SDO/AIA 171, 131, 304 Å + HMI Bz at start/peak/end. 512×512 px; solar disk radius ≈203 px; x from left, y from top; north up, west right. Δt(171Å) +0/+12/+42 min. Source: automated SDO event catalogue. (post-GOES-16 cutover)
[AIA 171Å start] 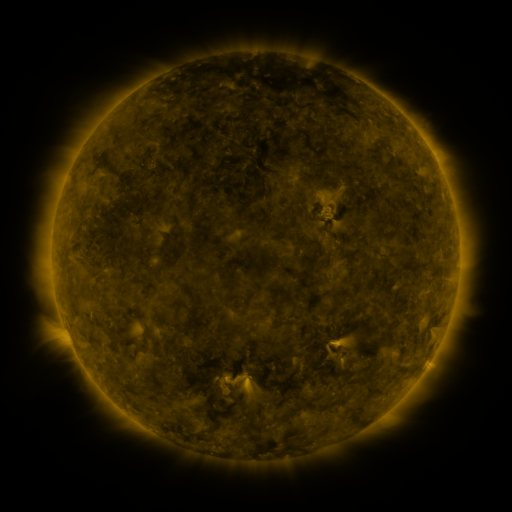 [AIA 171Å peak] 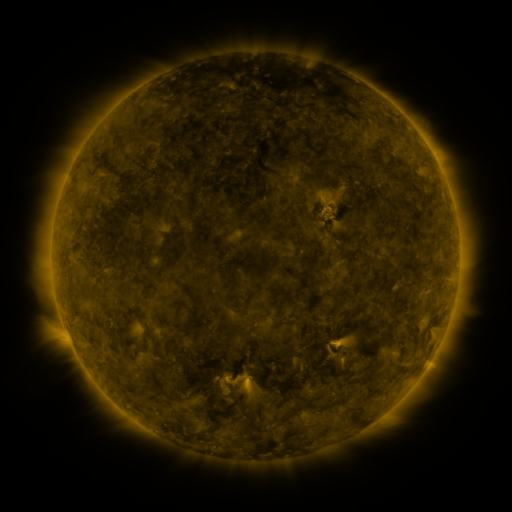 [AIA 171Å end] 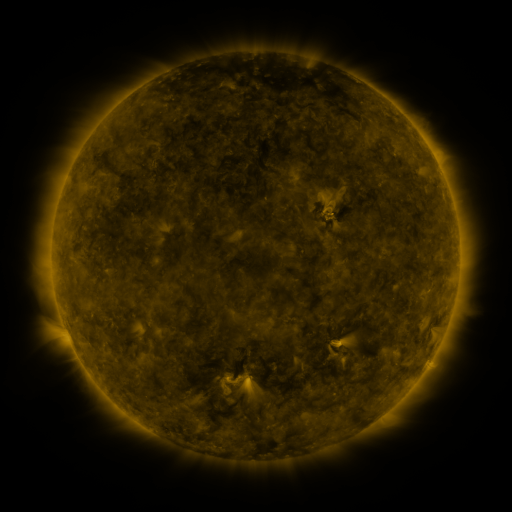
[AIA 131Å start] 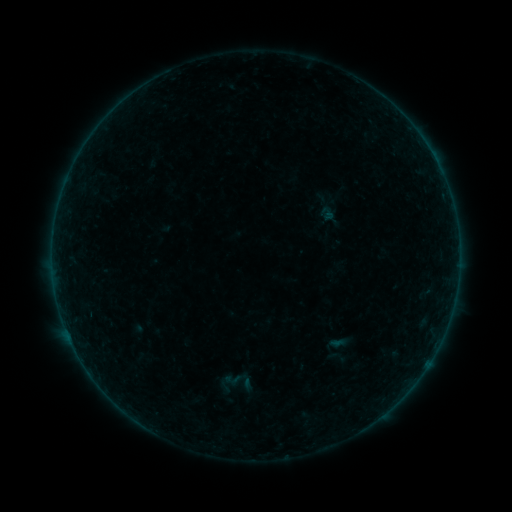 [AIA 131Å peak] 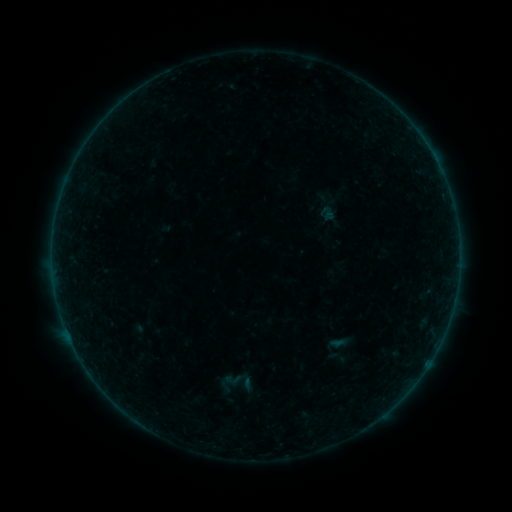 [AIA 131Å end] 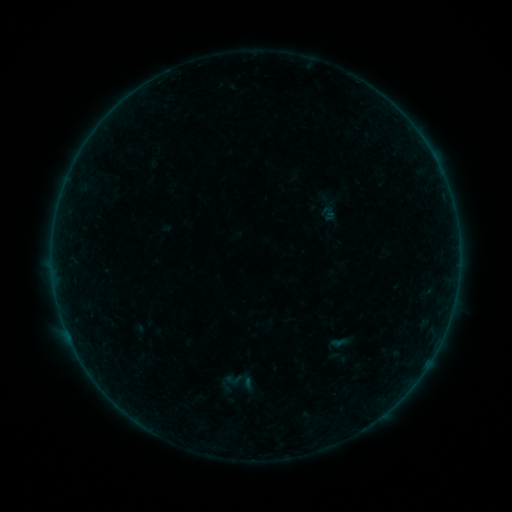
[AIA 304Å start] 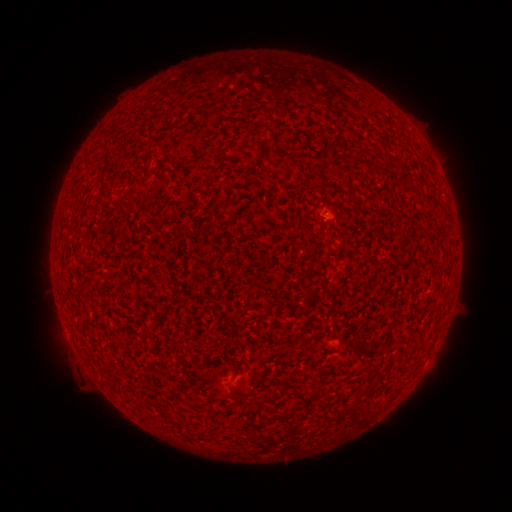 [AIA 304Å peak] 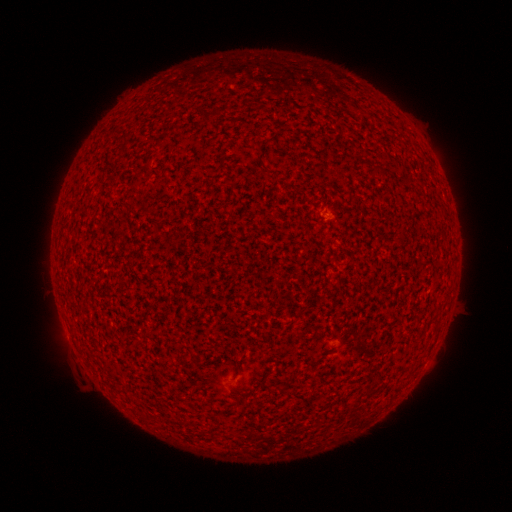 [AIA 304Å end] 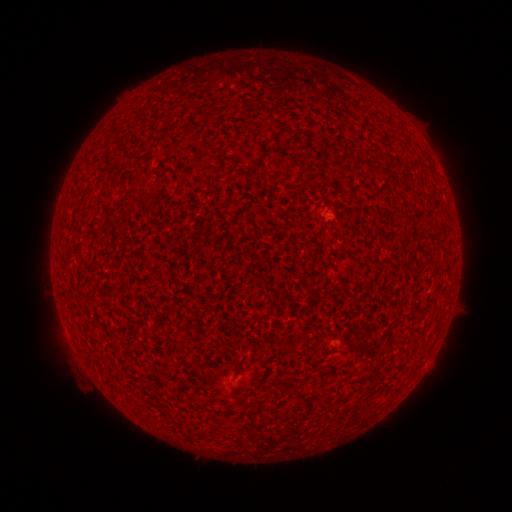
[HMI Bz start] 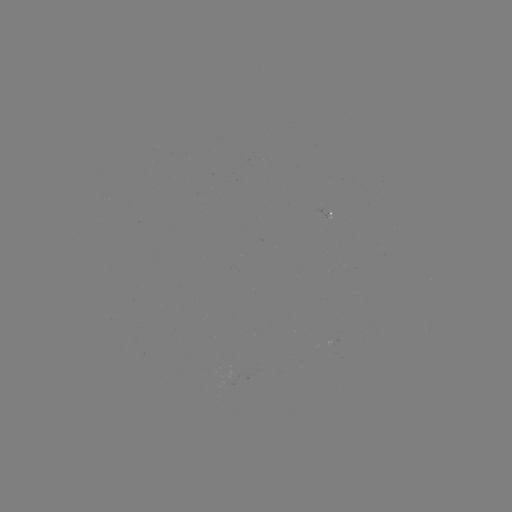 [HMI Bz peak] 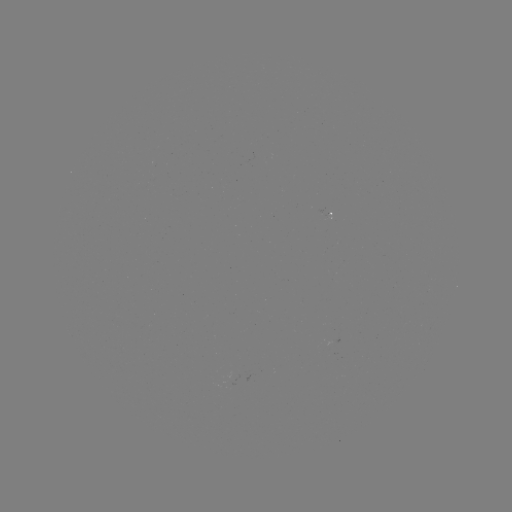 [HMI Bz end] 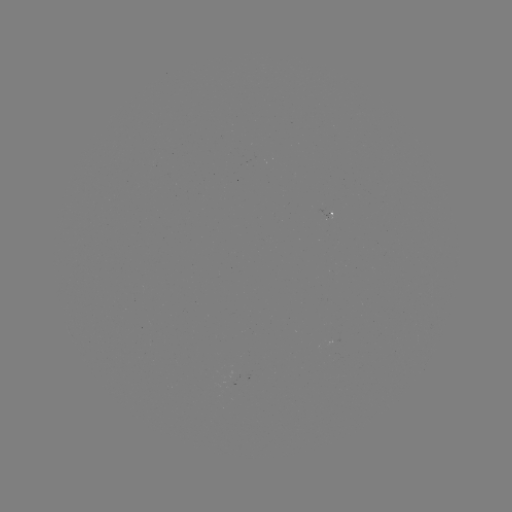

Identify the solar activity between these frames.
A1.5 flare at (328, 214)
